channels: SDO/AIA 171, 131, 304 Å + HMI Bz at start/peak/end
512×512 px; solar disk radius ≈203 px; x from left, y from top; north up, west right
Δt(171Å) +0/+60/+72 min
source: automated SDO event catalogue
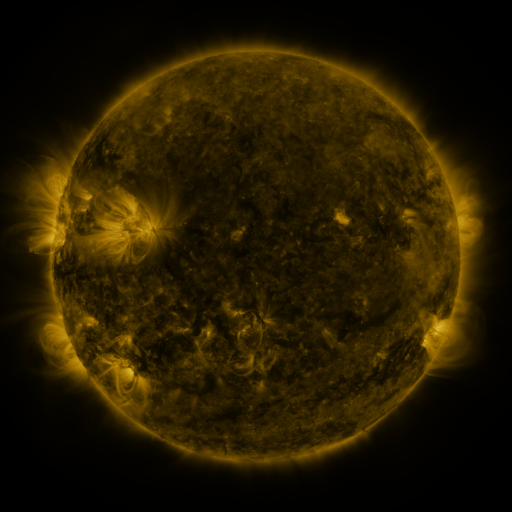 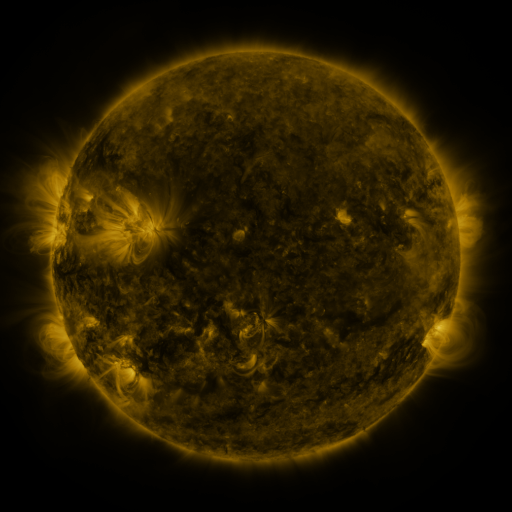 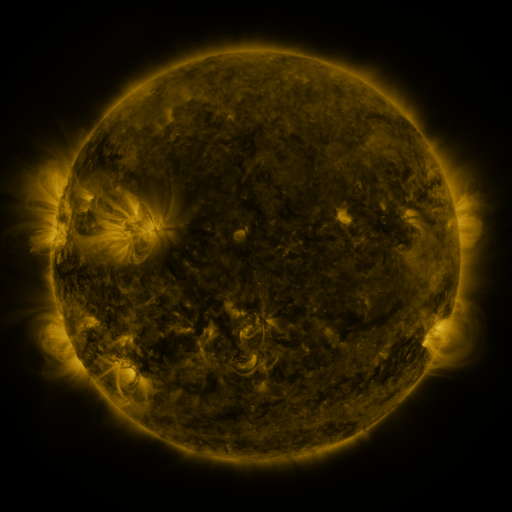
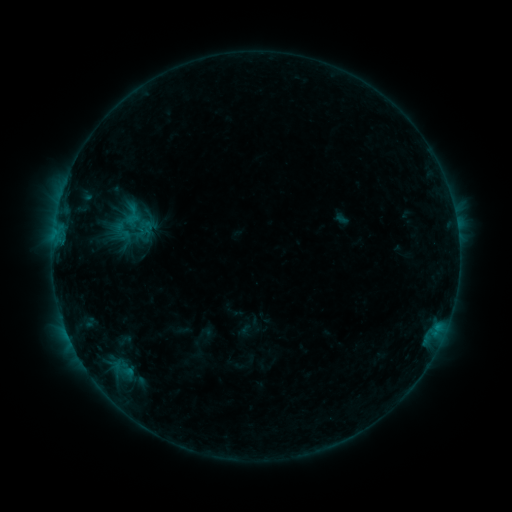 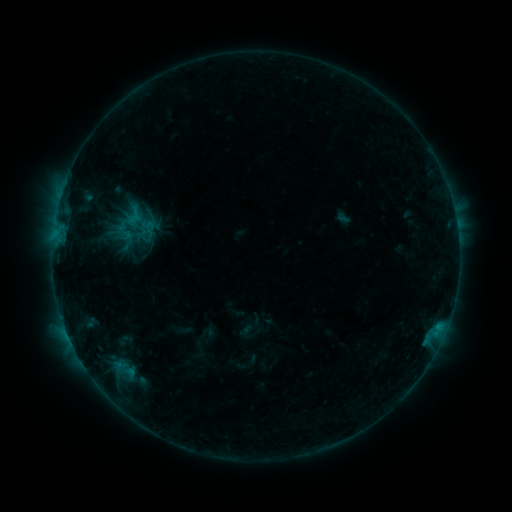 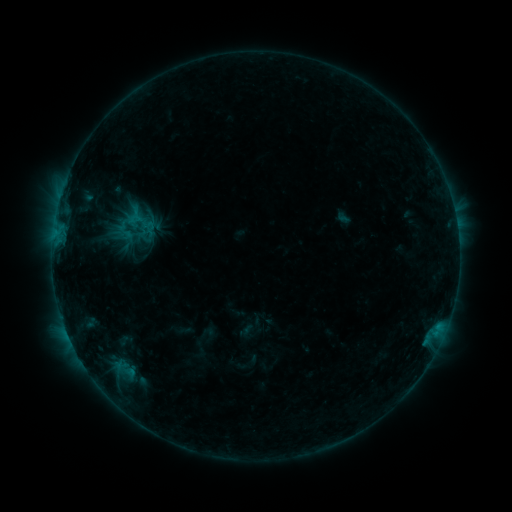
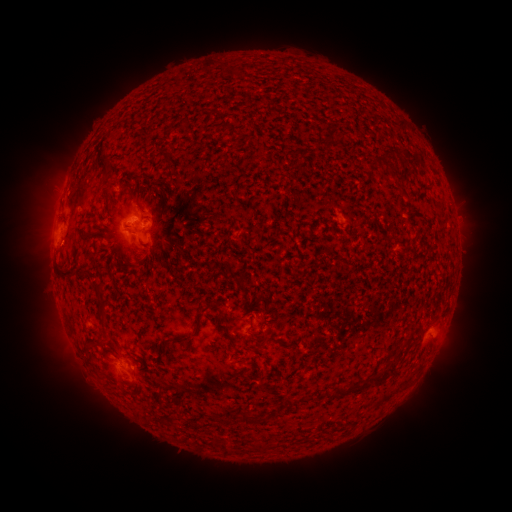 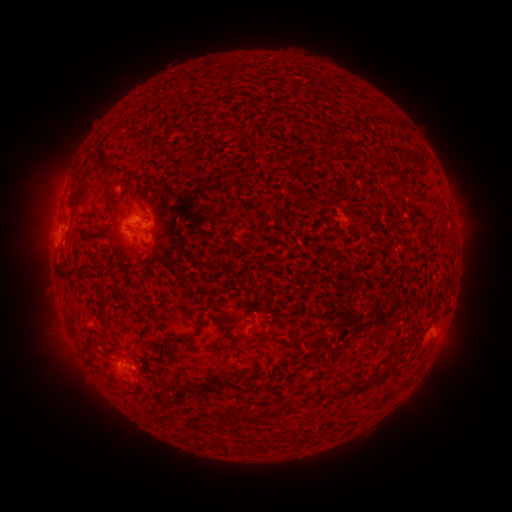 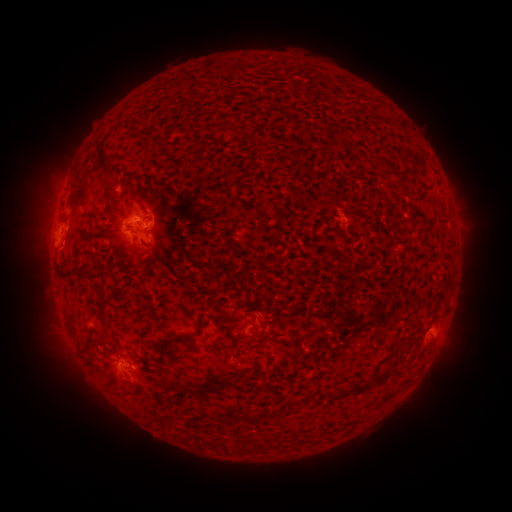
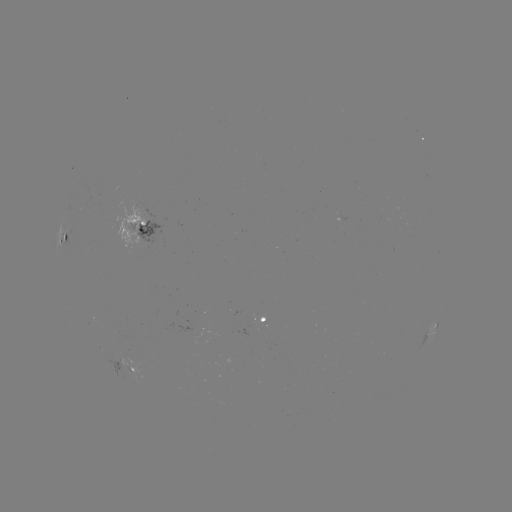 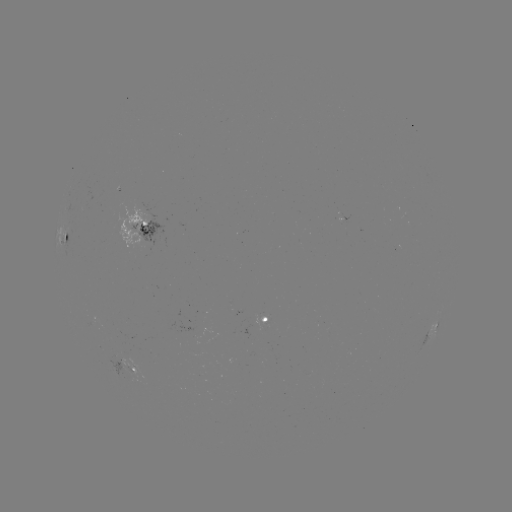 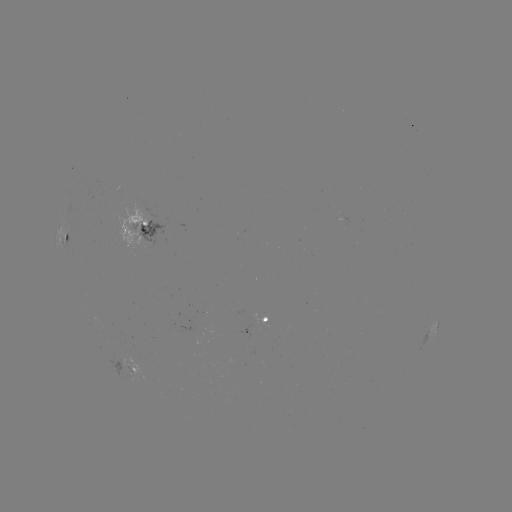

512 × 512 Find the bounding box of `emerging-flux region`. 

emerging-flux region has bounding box [254, 315, 267, 330].